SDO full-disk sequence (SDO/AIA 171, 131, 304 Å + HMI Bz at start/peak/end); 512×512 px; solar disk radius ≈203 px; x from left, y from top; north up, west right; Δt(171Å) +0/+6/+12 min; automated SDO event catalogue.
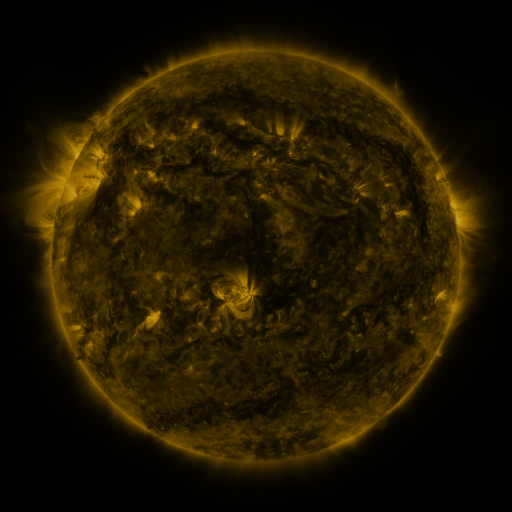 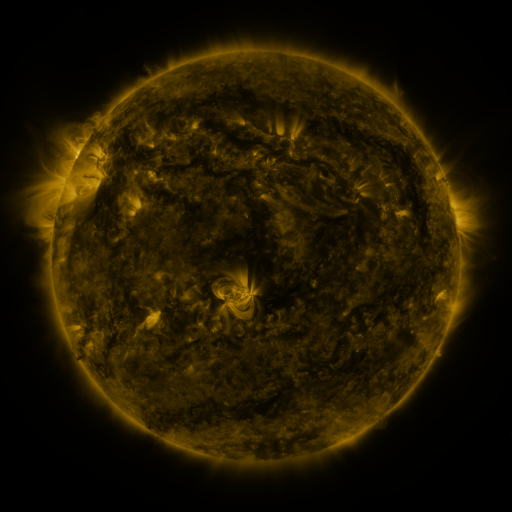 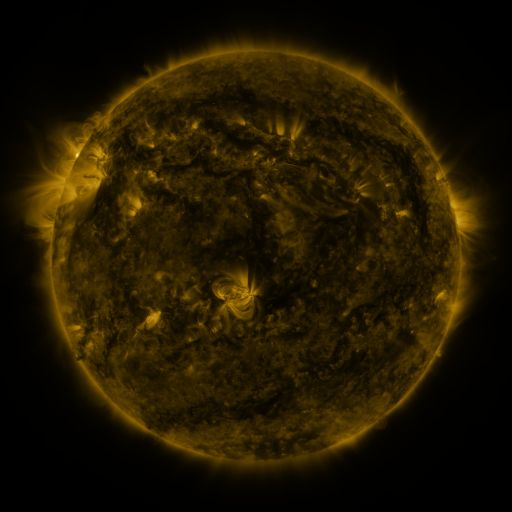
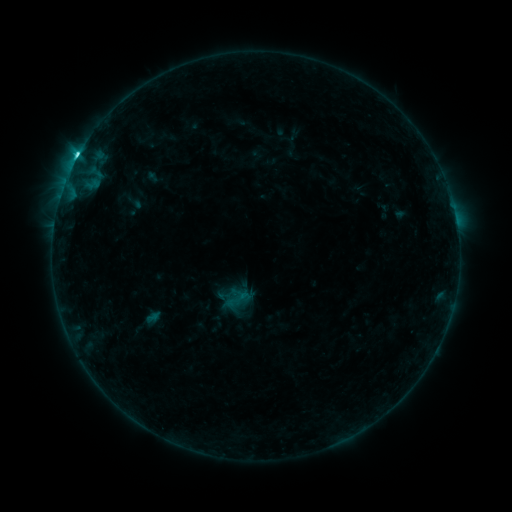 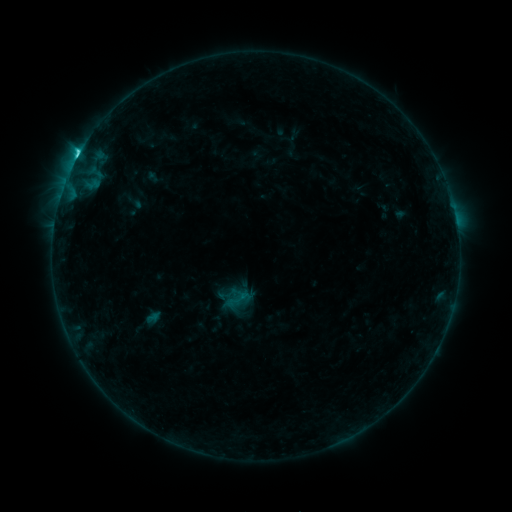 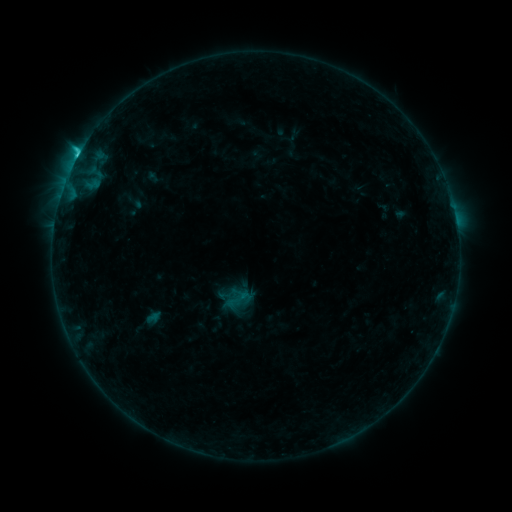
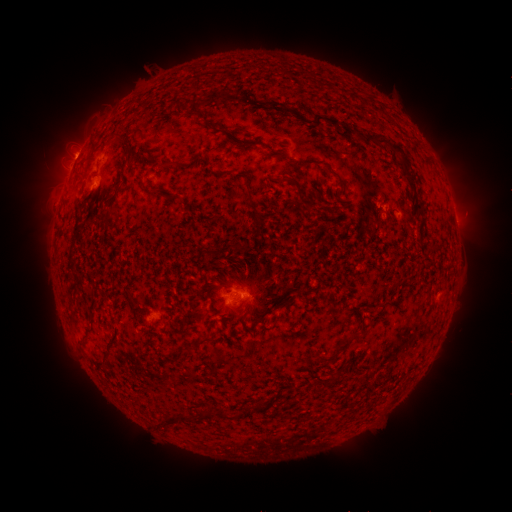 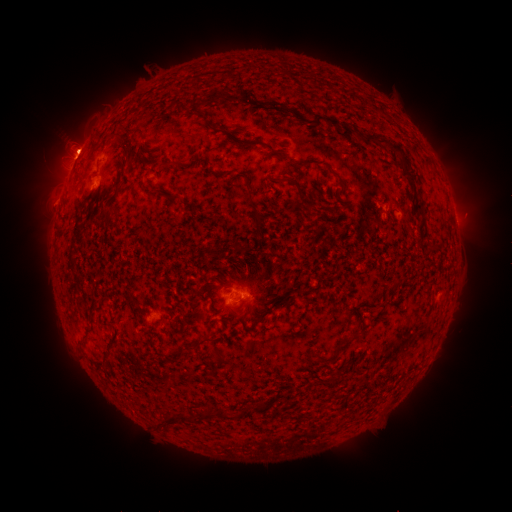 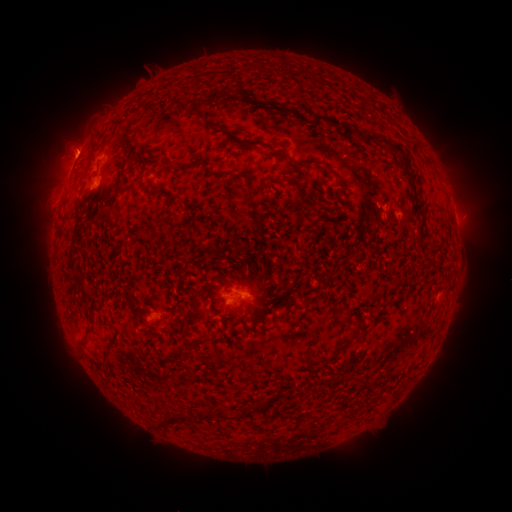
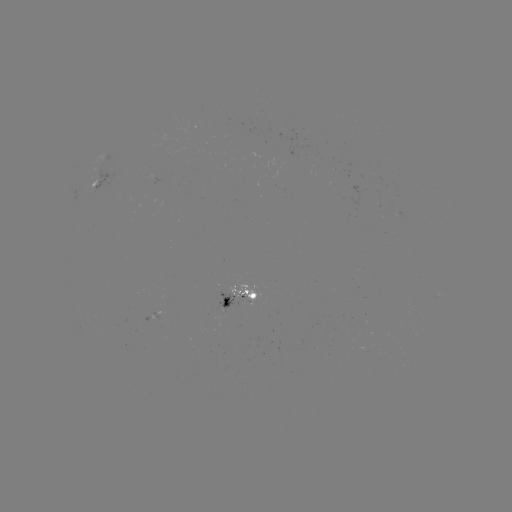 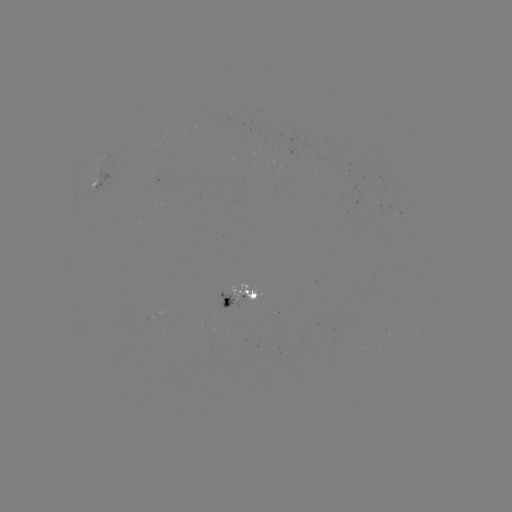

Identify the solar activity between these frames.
eruption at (78, 141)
